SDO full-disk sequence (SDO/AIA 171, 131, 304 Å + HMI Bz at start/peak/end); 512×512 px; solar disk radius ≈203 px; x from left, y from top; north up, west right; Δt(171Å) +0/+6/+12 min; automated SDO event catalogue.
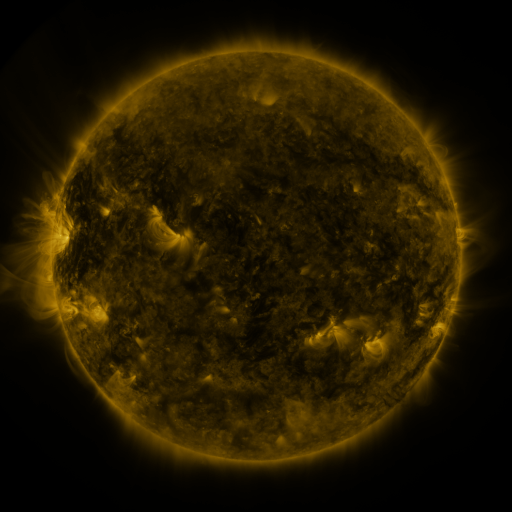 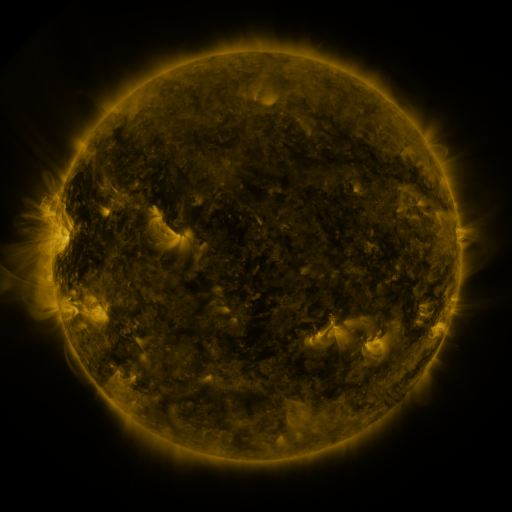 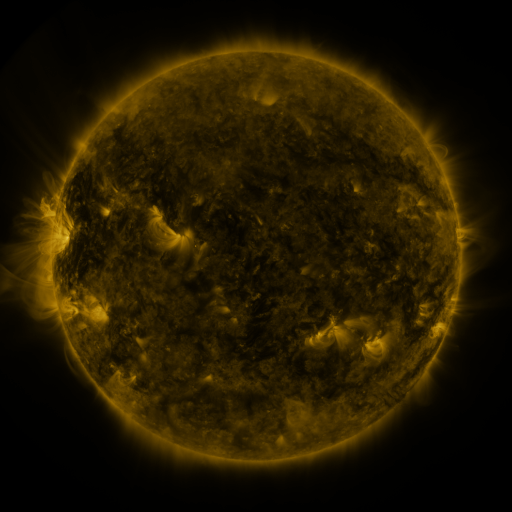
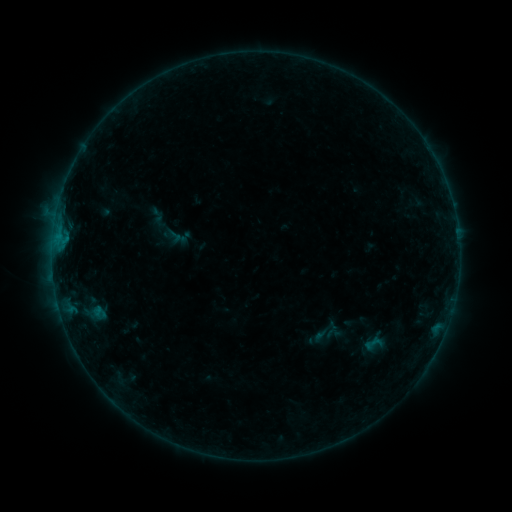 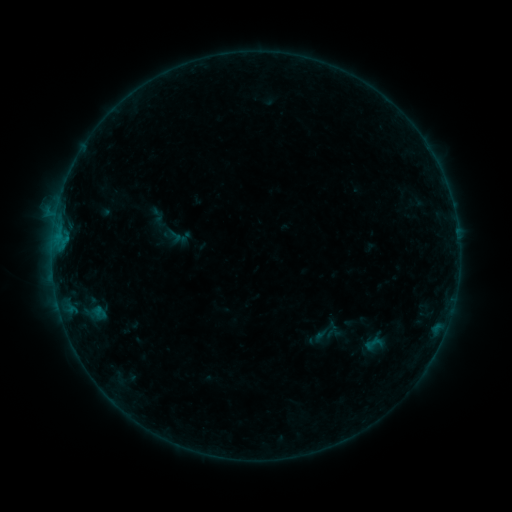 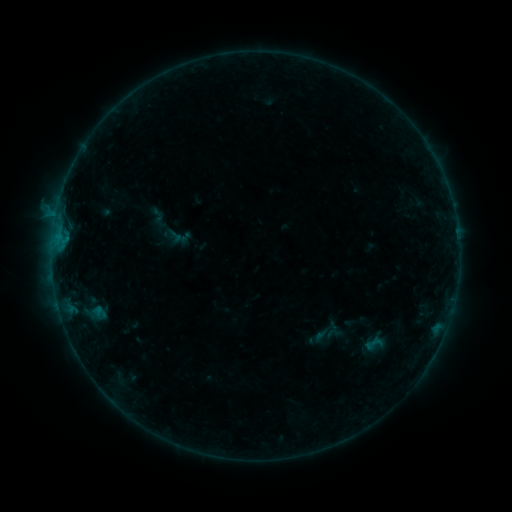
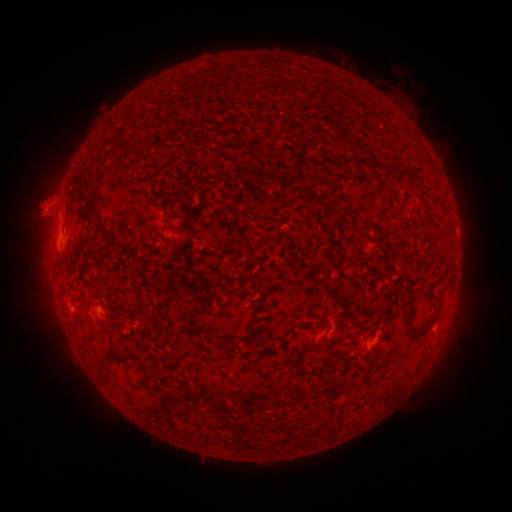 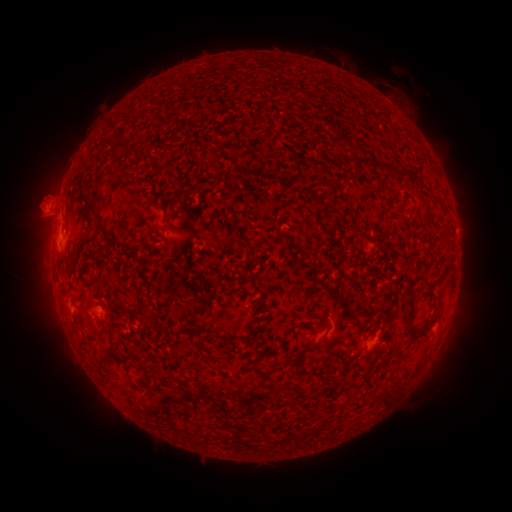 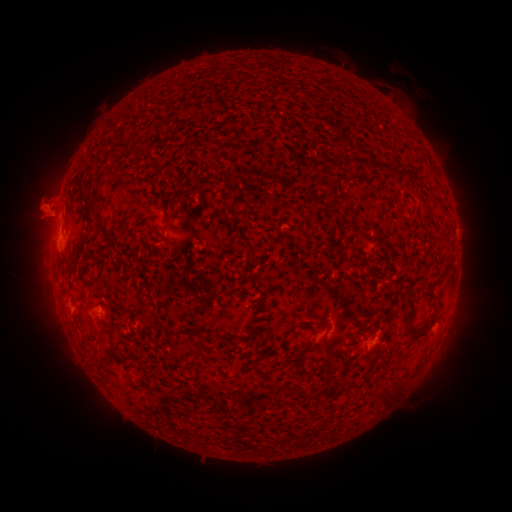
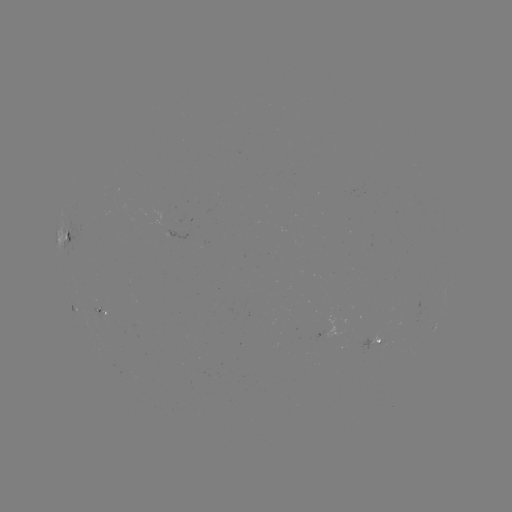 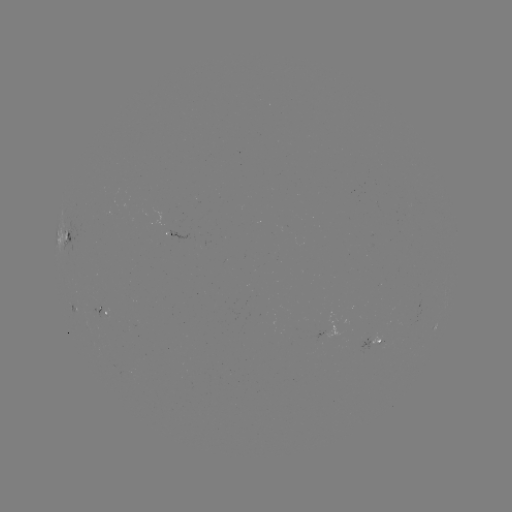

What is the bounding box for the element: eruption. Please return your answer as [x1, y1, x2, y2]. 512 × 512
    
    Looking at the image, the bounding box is [18, 174, 68, 226].